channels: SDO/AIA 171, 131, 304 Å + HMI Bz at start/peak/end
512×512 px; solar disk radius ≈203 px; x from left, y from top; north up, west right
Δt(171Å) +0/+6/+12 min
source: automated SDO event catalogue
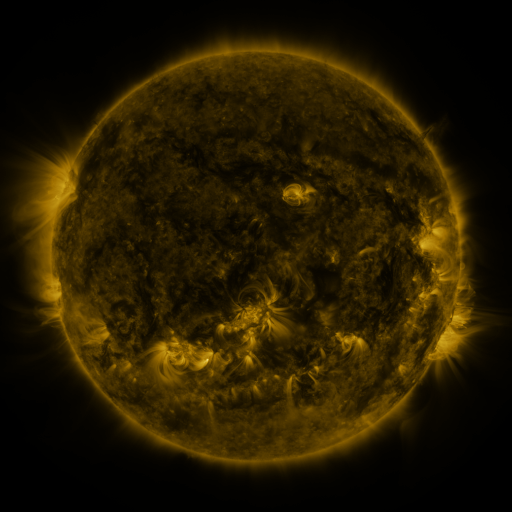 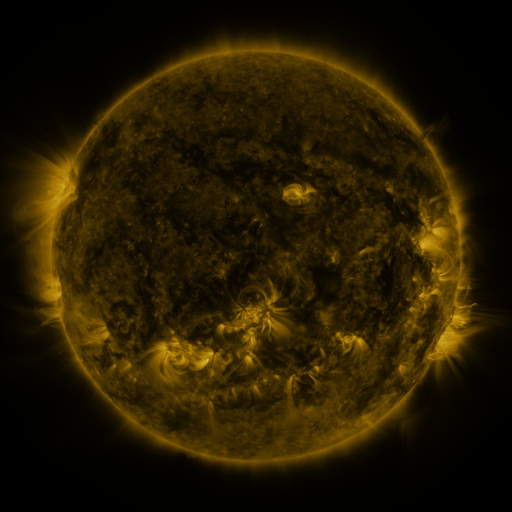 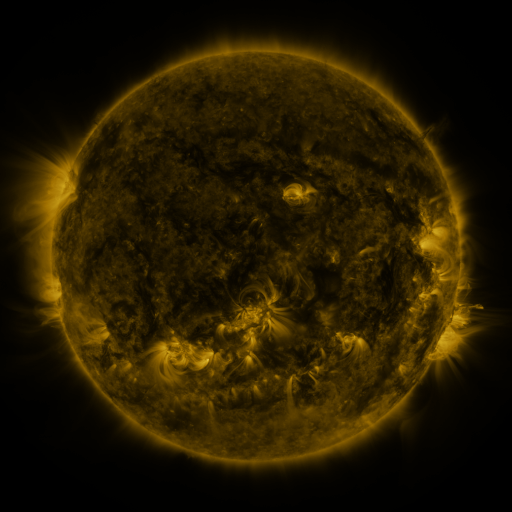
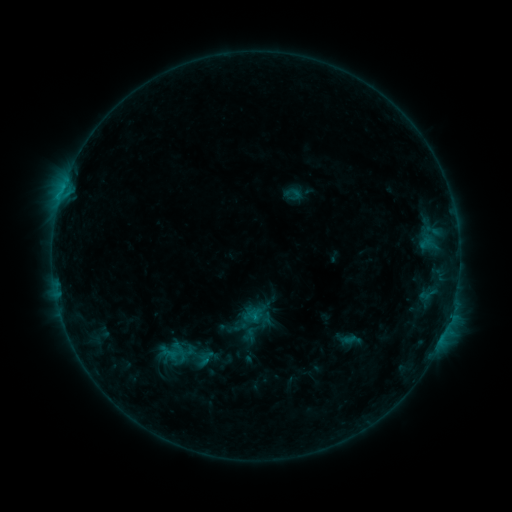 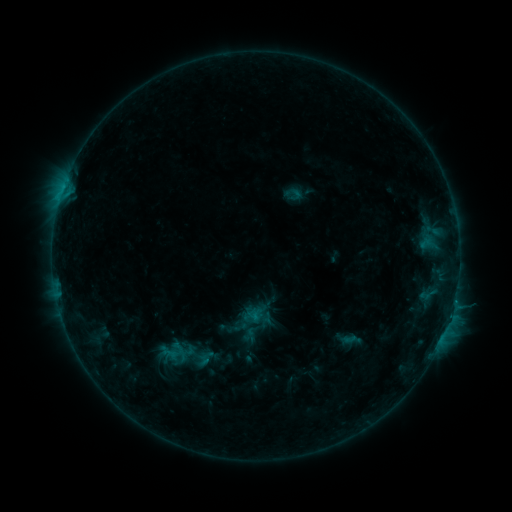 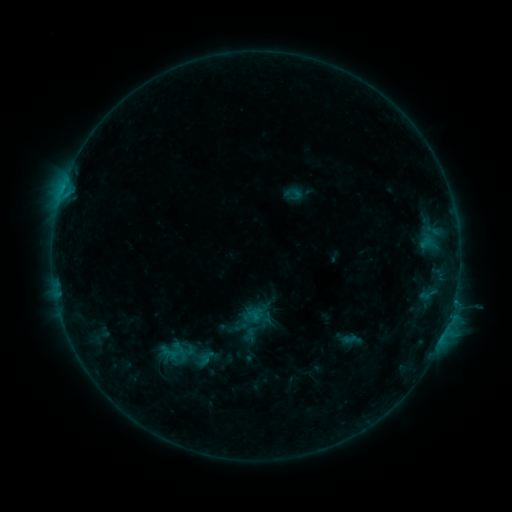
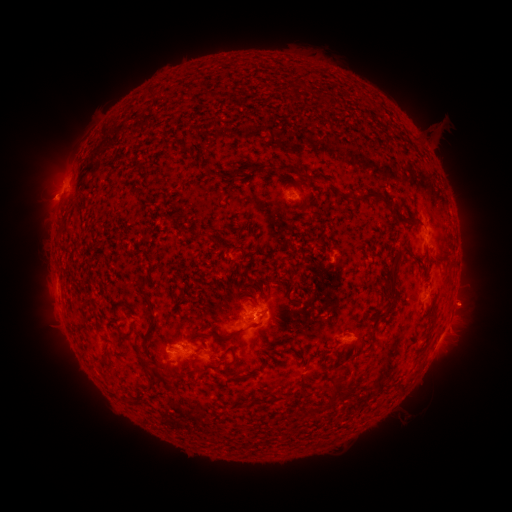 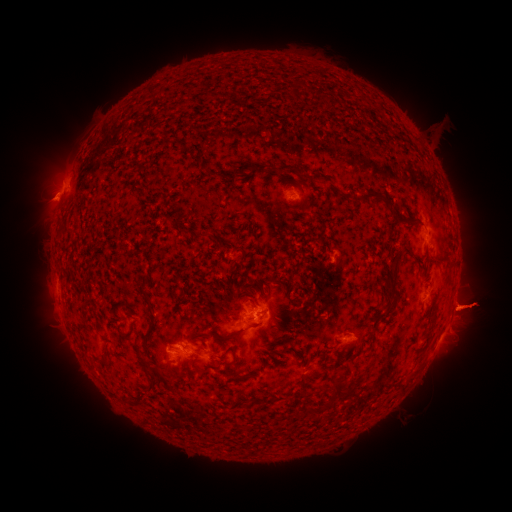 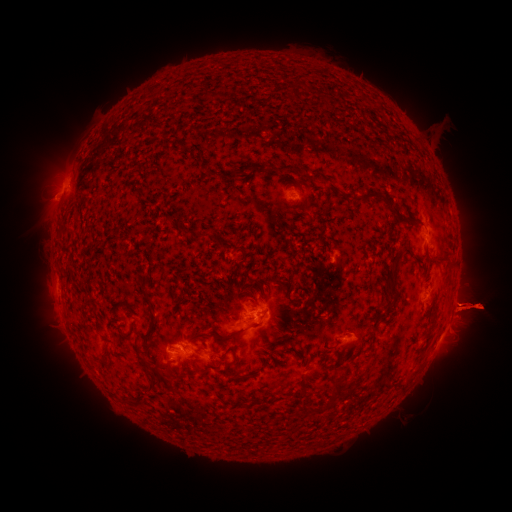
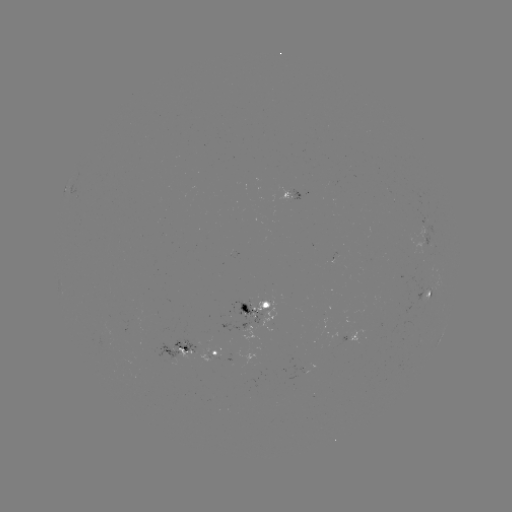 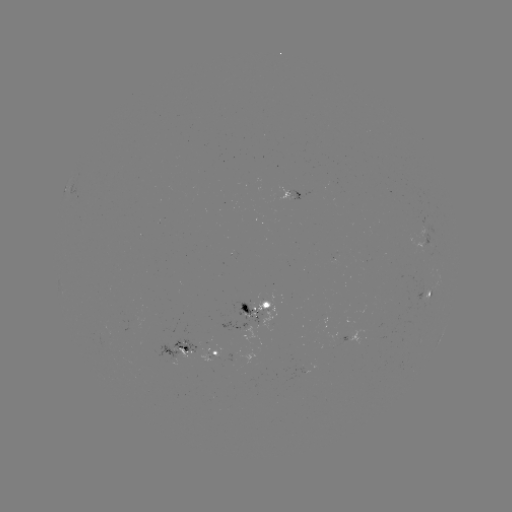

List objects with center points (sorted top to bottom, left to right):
eruption: (471, 354)
